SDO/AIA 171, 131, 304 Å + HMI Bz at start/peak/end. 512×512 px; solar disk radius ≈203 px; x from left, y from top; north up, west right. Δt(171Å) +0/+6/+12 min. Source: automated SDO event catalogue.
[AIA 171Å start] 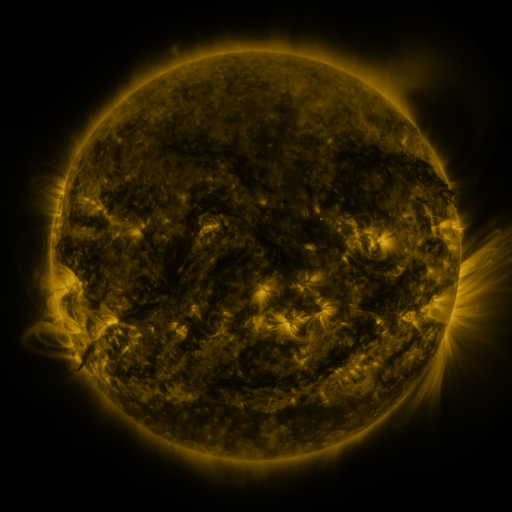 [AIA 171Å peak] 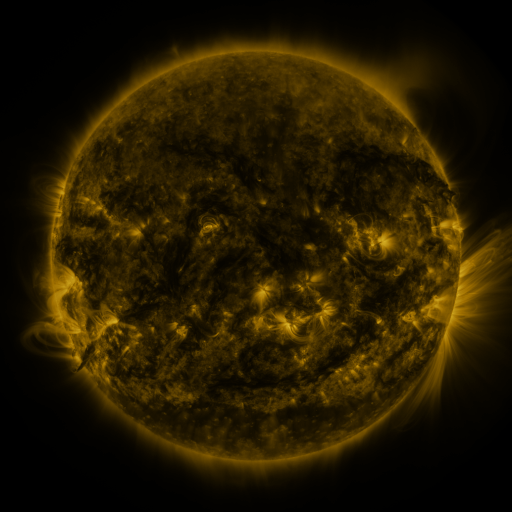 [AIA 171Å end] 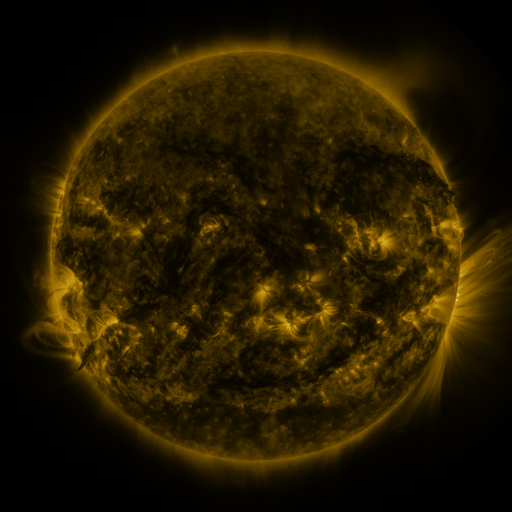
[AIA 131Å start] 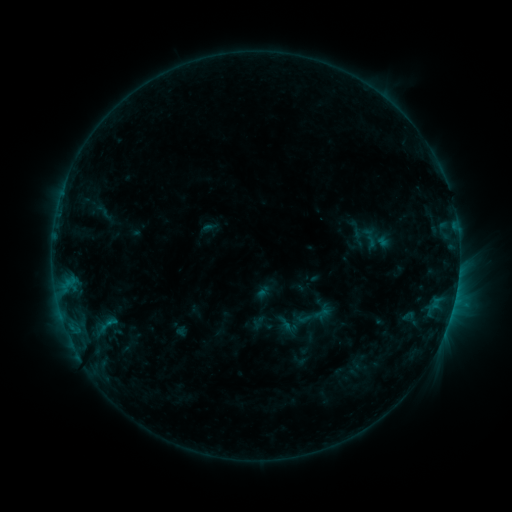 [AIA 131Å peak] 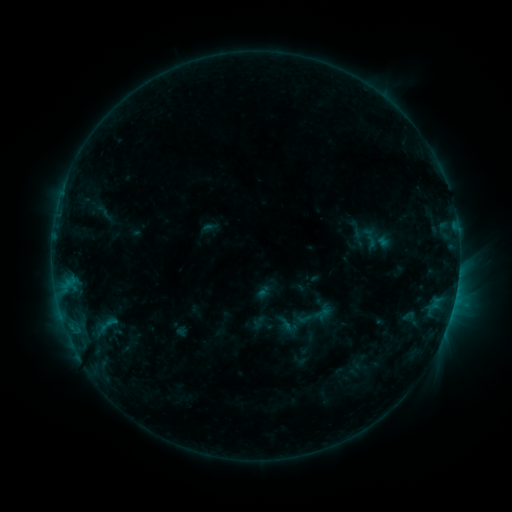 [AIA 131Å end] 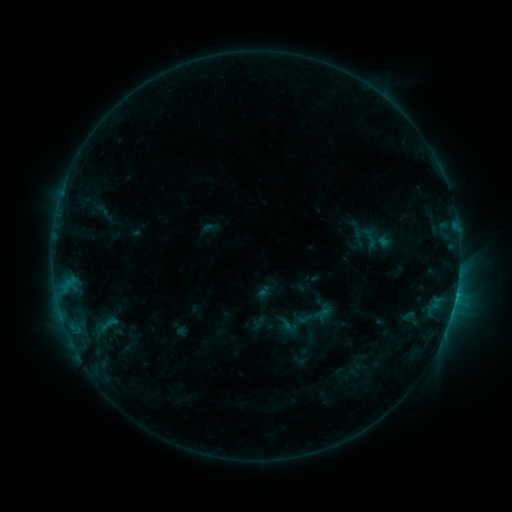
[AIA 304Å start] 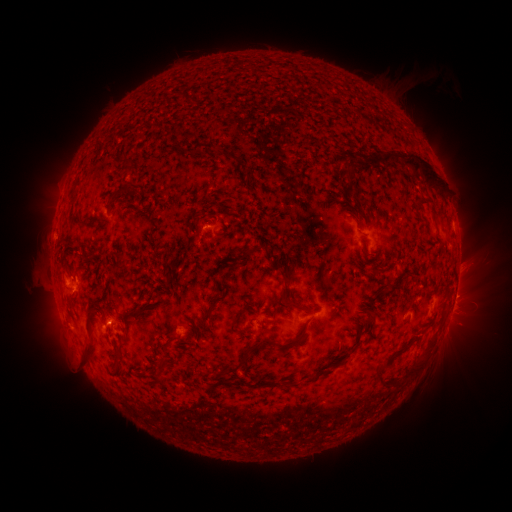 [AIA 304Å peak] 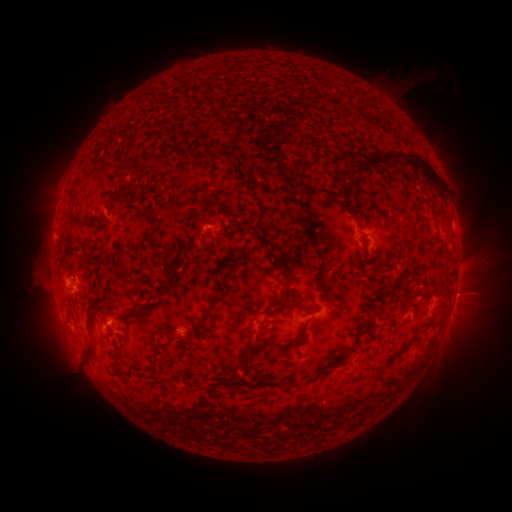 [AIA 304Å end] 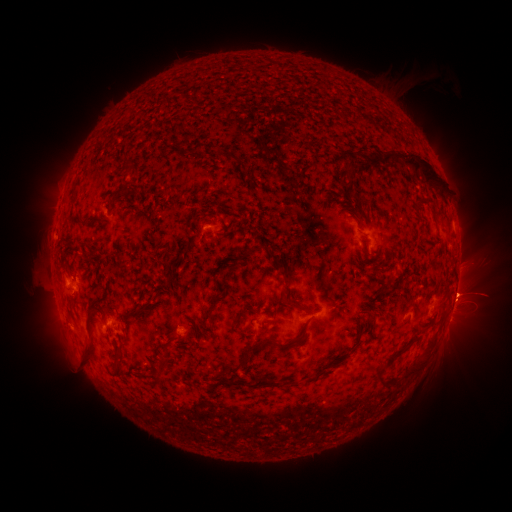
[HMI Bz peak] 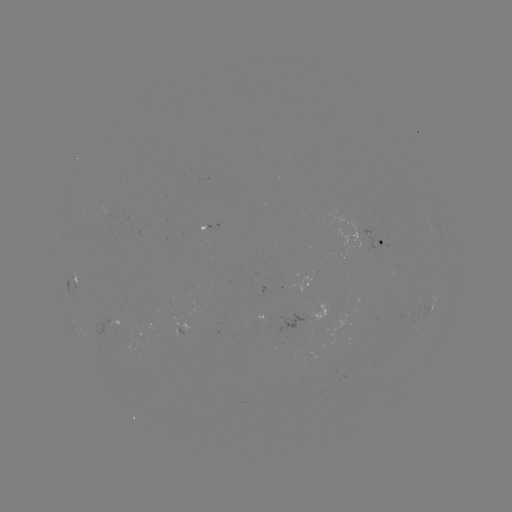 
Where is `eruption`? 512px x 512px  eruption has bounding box [440, 290, 493, 351].